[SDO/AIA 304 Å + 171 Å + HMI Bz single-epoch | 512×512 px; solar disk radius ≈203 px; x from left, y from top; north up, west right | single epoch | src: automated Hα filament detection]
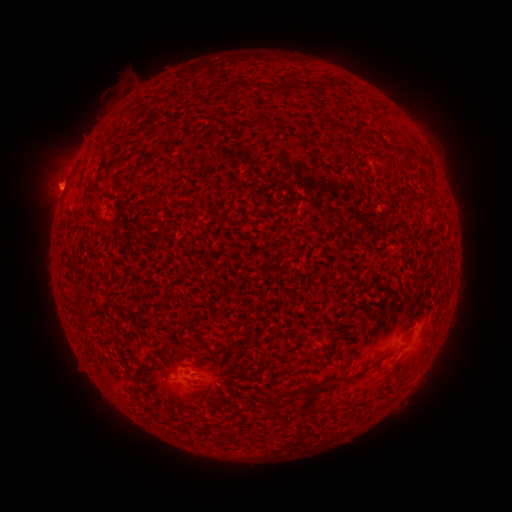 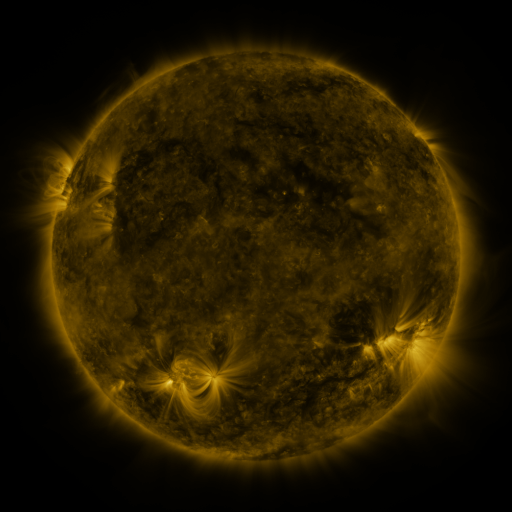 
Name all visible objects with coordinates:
filament: <bbox>273, 82, 286, 96</bbox>
filament: <bbox>287, 82, 300, 96</bbox>
filament: <bbox>236, 83, 245, 96</bbox>
filament: <bbox>304, 124, 312, 135</bbox>
filament: <bbox>140, 188, 157, 203</bbox>
filament: <bbox>191, 328, 200, 341</bbox>
filament: <bbox>278, 383, 333, 397</bbox>
